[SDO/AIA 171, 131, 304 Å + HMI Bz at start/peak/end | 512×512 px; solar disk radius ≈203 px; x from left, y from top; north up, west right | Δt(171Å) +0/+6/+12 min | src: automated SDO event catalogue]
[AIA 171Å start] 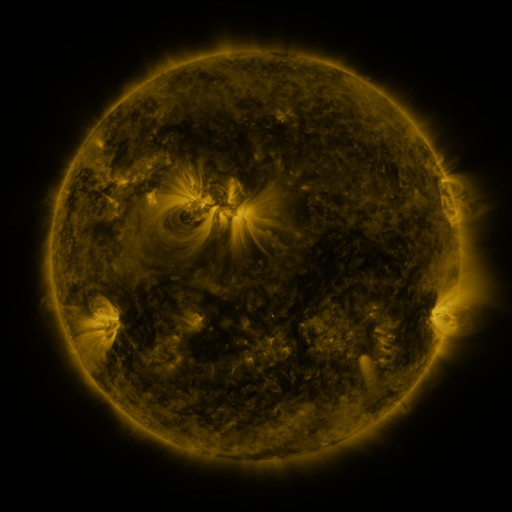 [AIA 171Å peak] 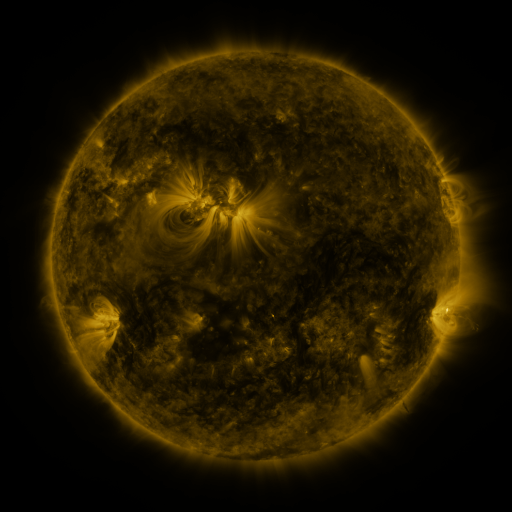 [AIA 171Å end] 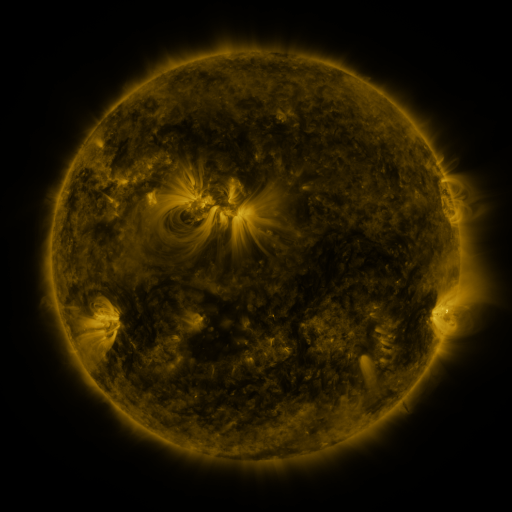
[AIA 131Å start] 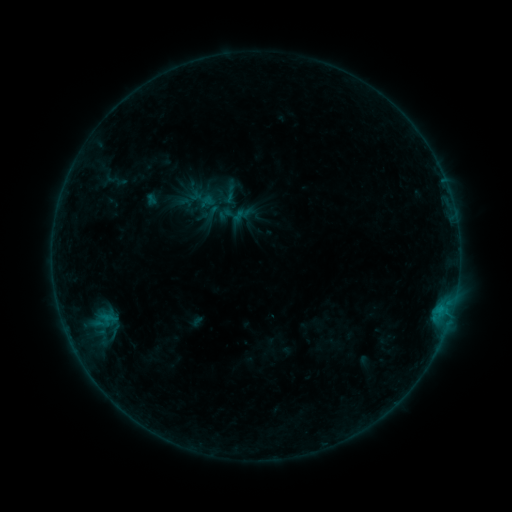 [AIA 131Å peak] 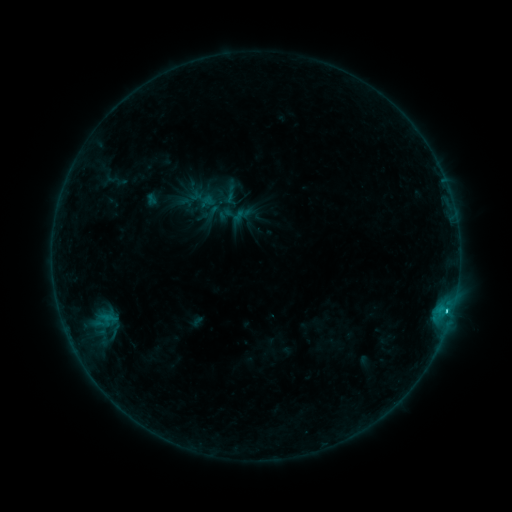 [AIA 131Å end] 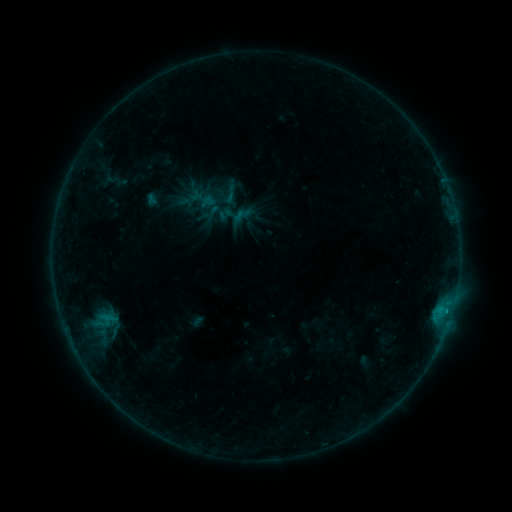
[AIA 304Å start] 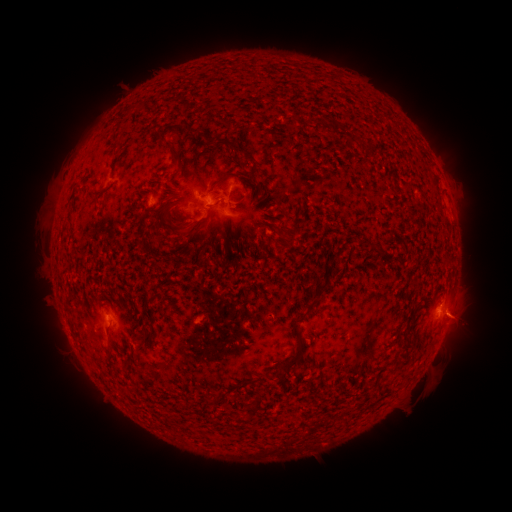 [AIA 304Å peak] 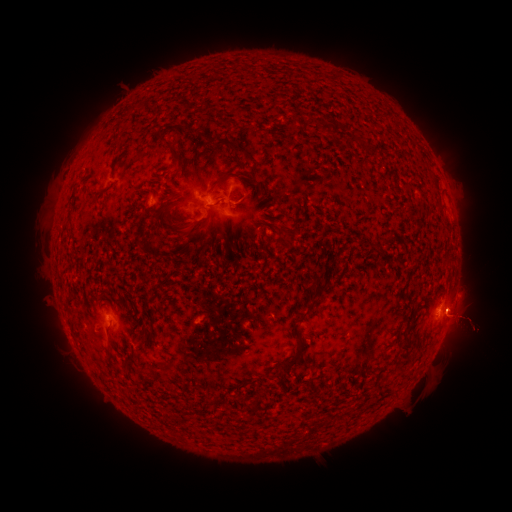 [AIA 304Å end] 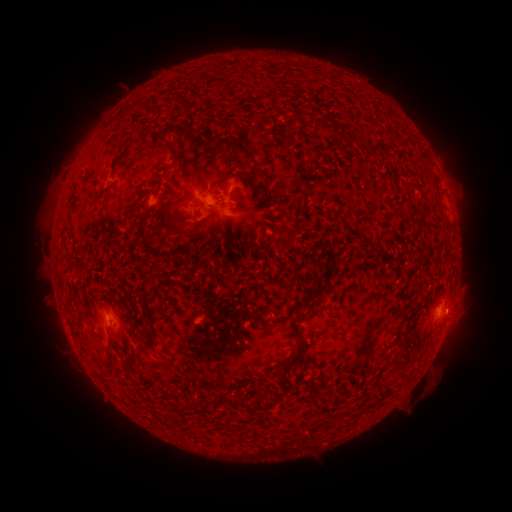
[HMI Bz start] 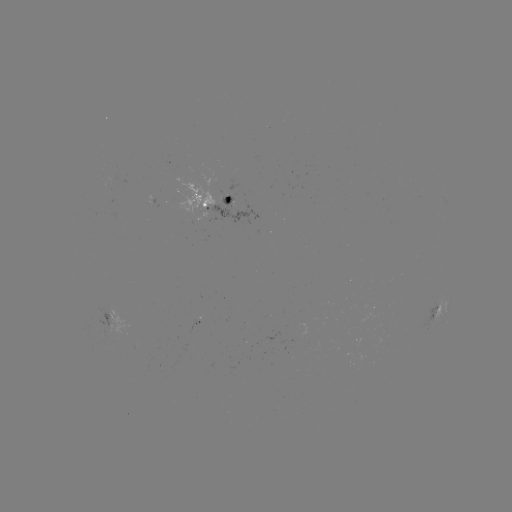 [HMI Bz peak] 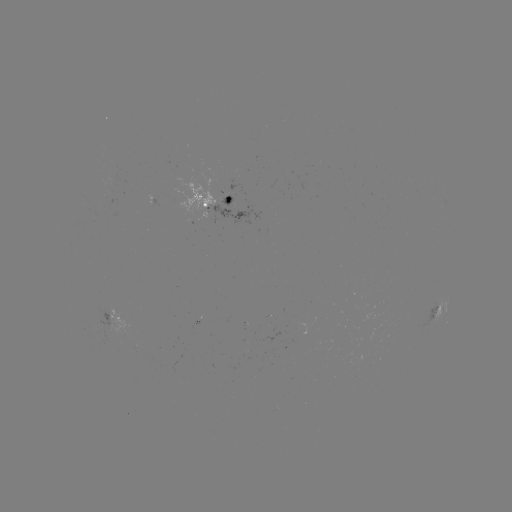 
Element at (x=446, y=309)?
B8.4 flare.